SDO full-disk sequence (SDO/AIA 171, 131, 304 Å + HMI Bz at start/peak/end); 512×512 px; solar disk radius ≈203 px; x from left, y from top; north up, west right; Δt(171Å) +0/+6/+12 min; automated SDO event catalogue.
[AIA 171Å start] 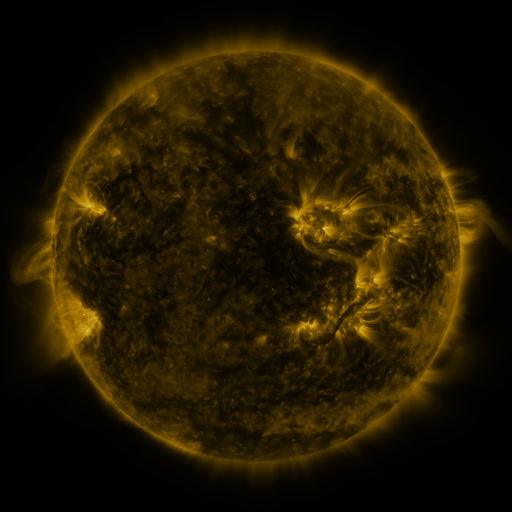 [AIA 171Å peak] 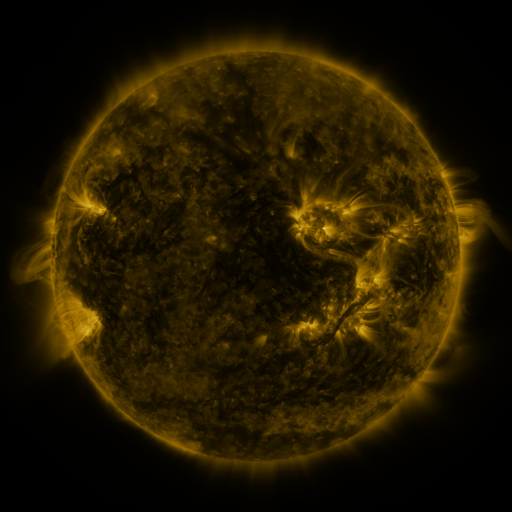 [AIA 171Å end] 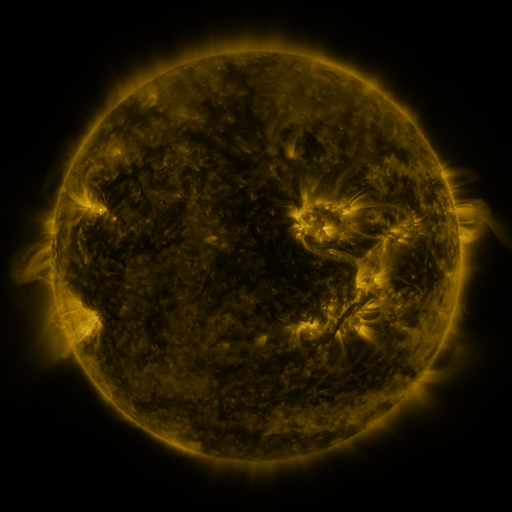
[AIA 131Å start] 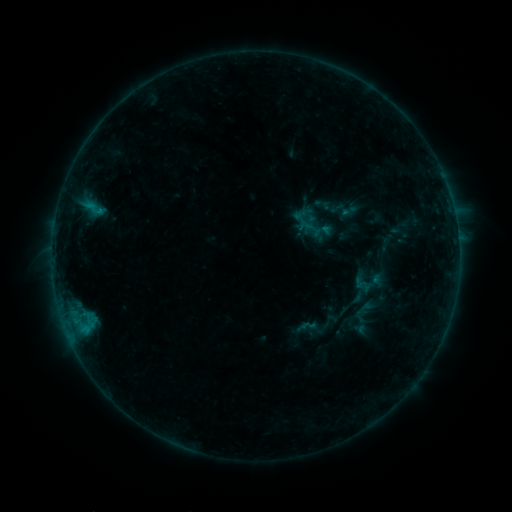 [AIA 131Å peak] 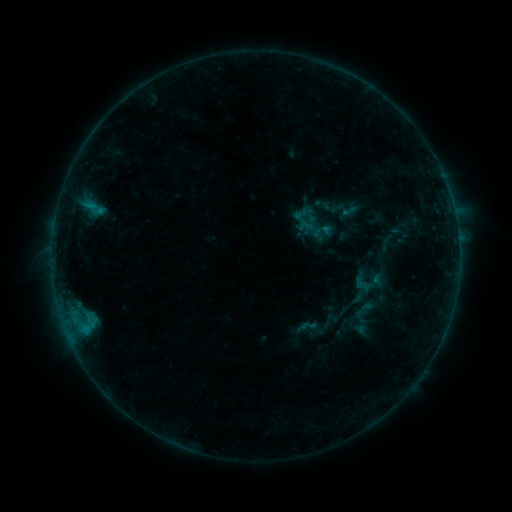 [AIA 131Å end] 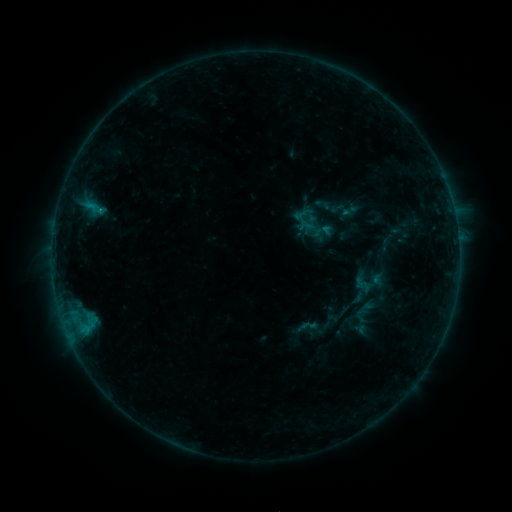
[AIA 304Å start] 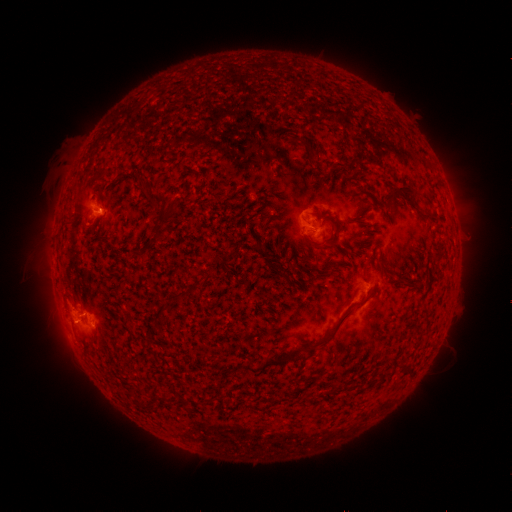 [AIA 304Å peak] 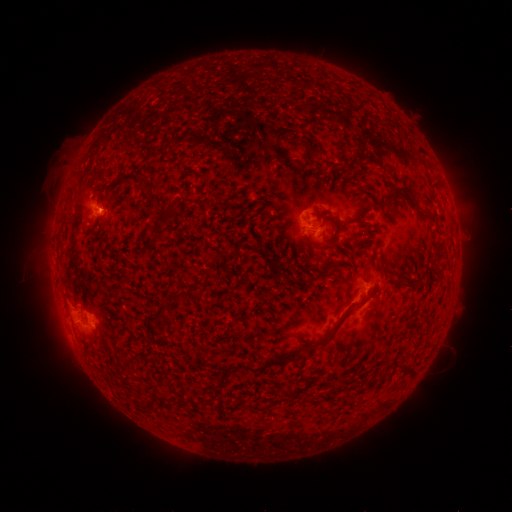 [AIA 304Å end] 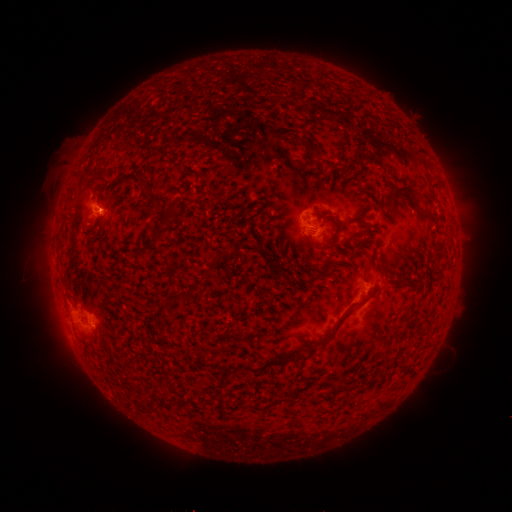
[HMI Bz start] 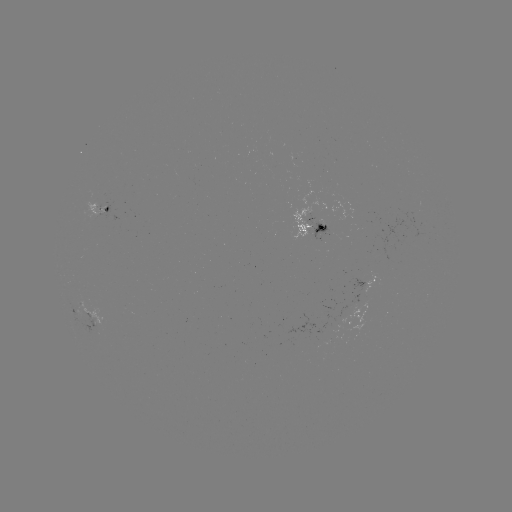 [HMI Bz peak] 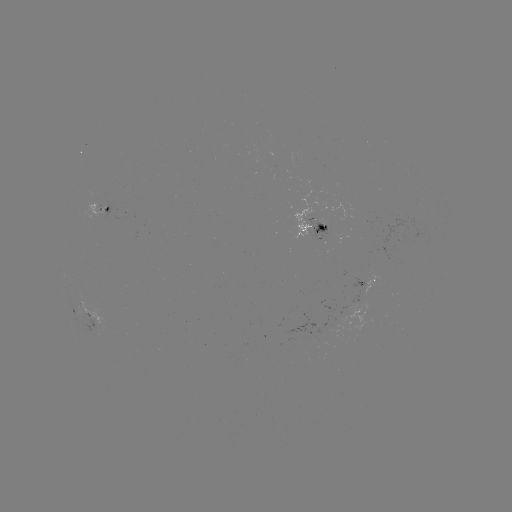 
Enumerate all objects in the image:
B5.3 flare: (101, 211)
